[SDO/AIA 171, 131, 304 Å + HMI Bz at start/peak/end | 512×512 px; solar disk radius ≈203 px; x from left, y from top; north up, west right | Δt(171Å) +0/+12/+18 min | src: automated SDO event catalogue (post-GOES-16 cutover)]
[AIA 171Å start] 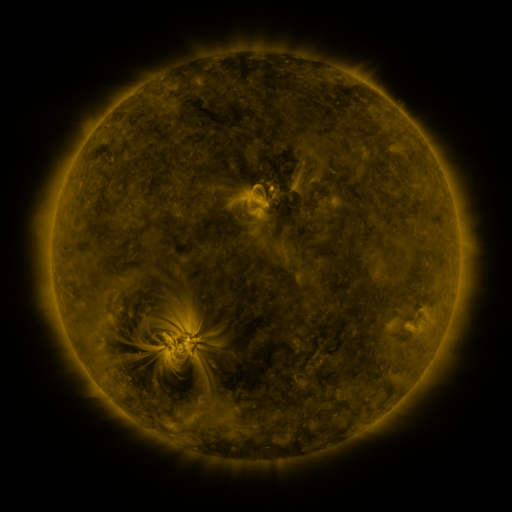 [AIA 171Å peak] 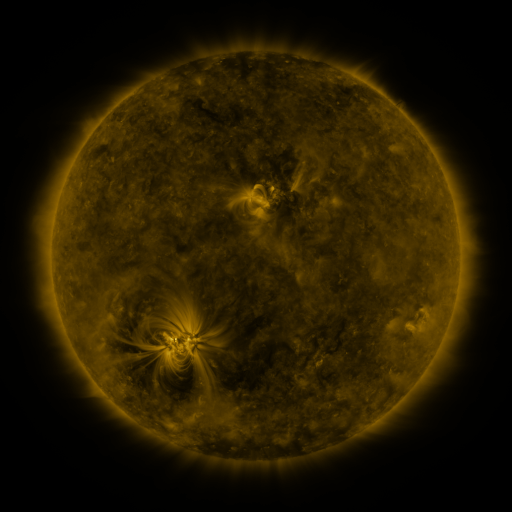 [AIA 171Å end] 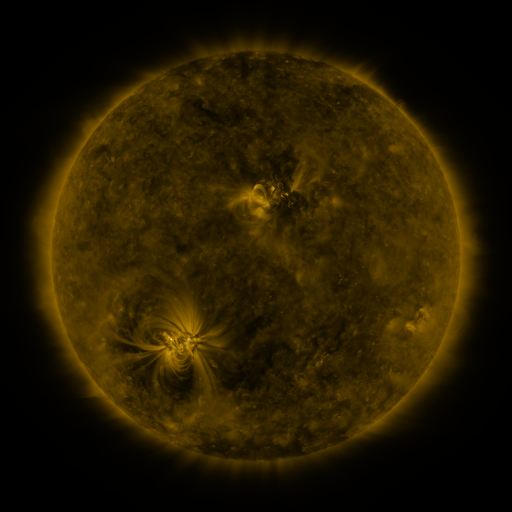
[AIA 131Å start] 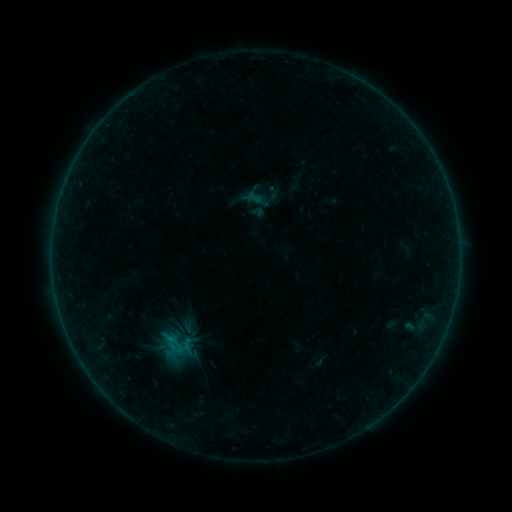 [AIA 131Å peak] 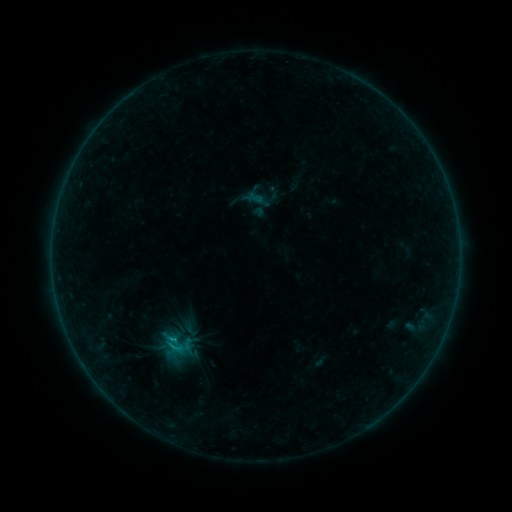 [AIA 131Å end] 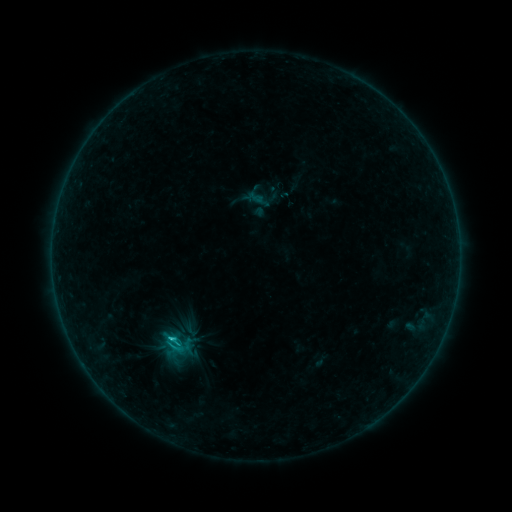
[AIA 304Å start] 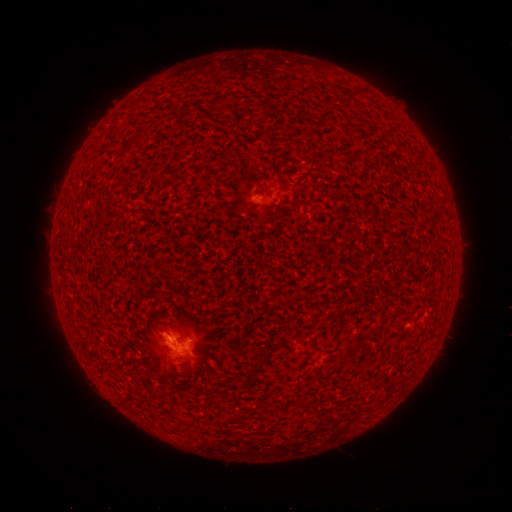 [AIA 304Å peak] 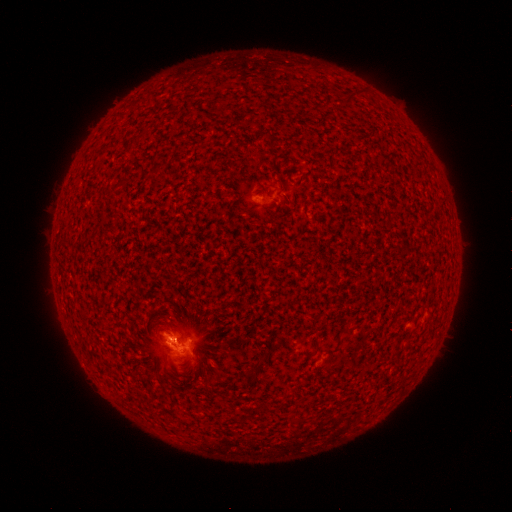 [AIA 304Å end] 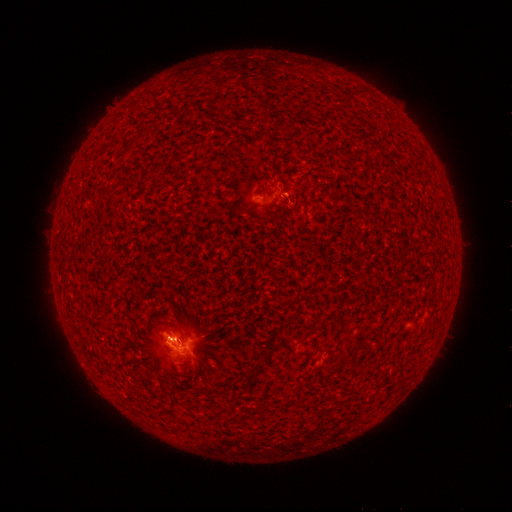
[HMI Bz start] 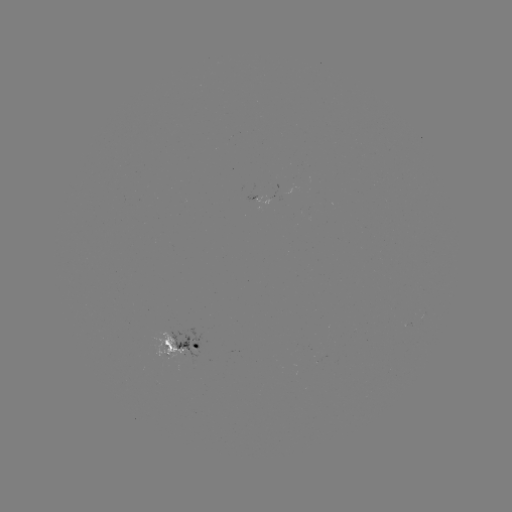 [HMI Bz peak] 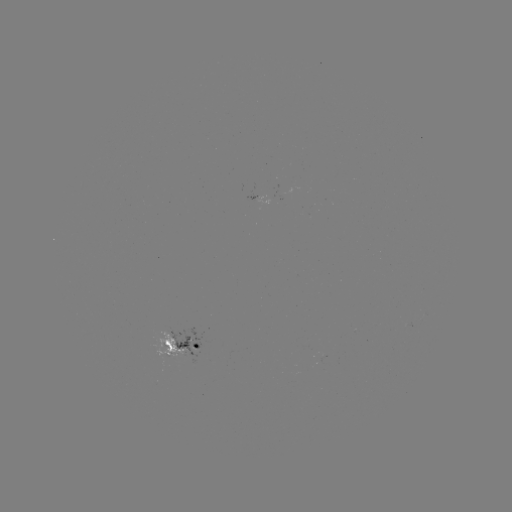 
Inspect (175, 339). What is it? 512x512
B5.6 flare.